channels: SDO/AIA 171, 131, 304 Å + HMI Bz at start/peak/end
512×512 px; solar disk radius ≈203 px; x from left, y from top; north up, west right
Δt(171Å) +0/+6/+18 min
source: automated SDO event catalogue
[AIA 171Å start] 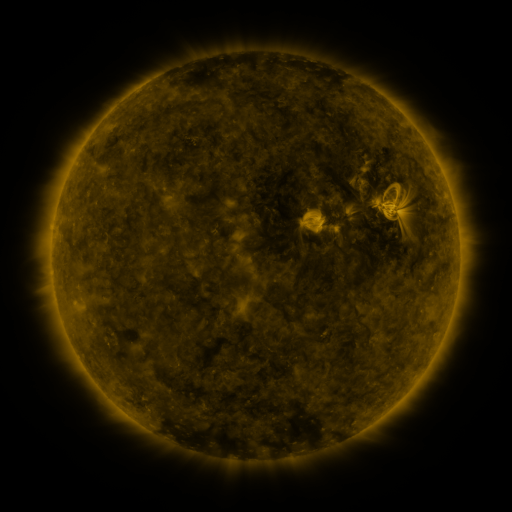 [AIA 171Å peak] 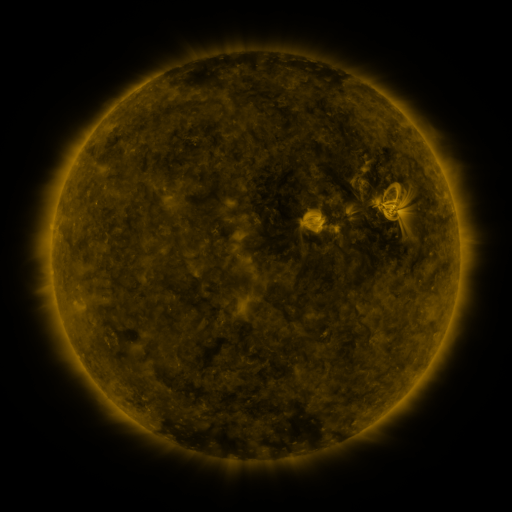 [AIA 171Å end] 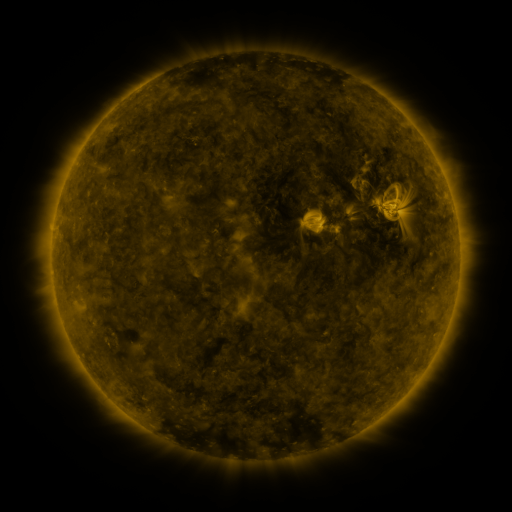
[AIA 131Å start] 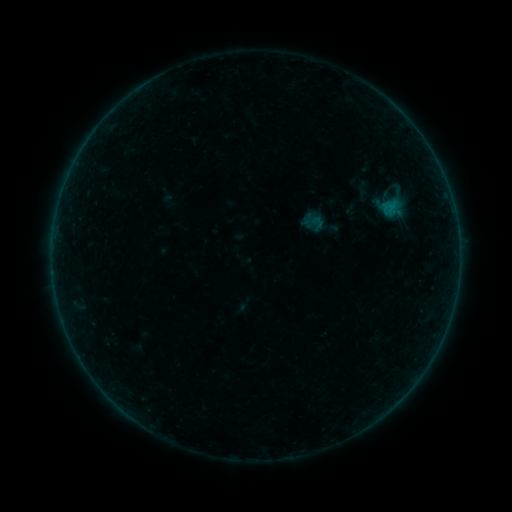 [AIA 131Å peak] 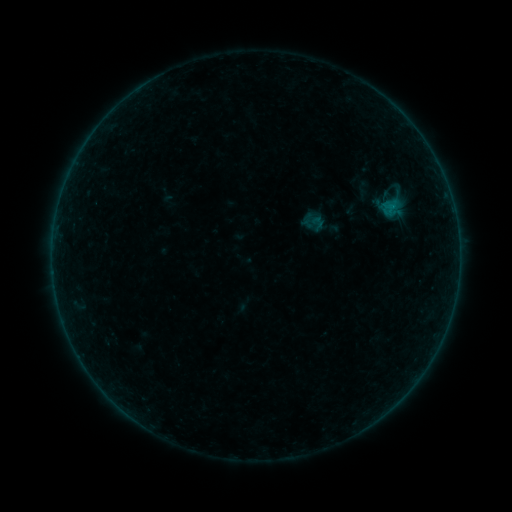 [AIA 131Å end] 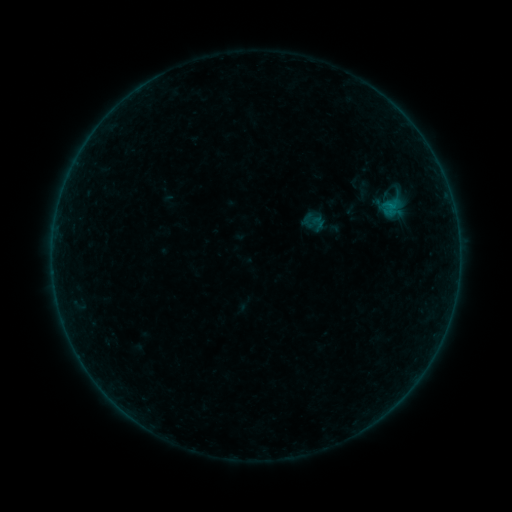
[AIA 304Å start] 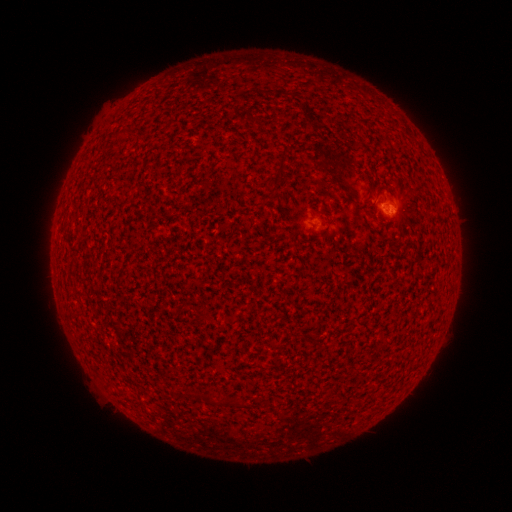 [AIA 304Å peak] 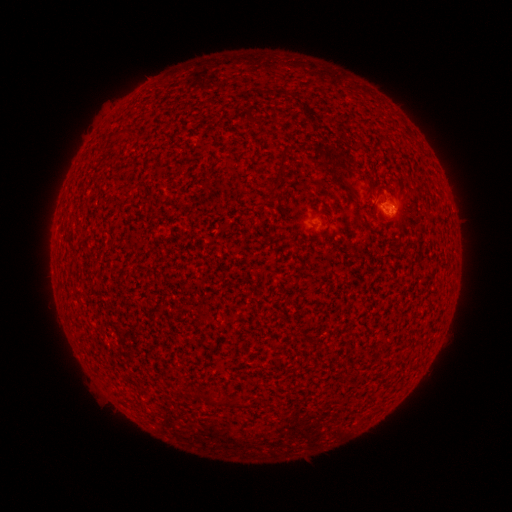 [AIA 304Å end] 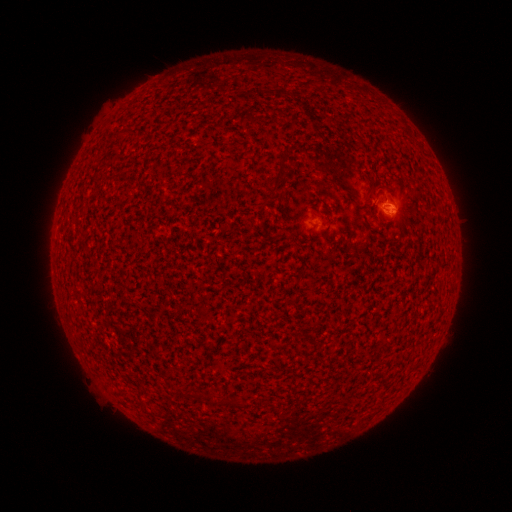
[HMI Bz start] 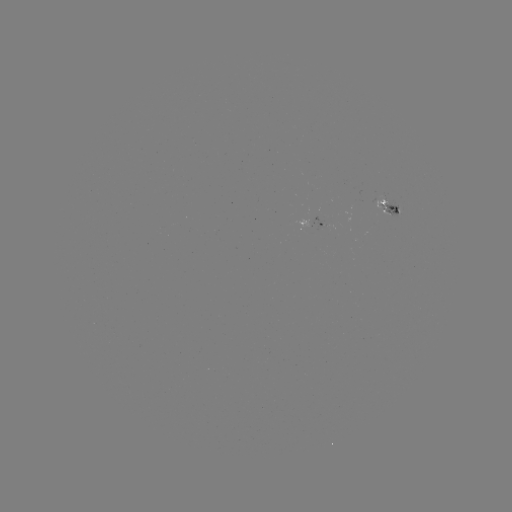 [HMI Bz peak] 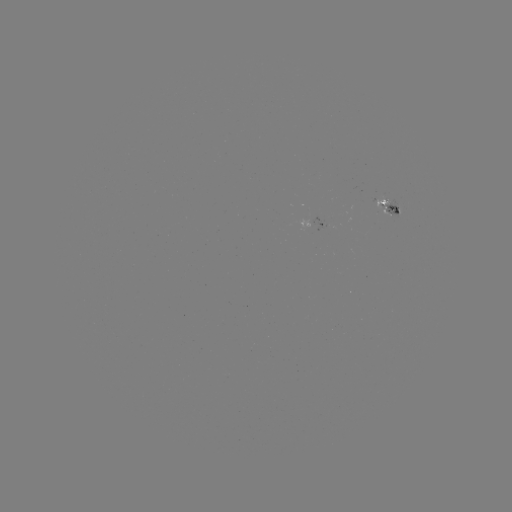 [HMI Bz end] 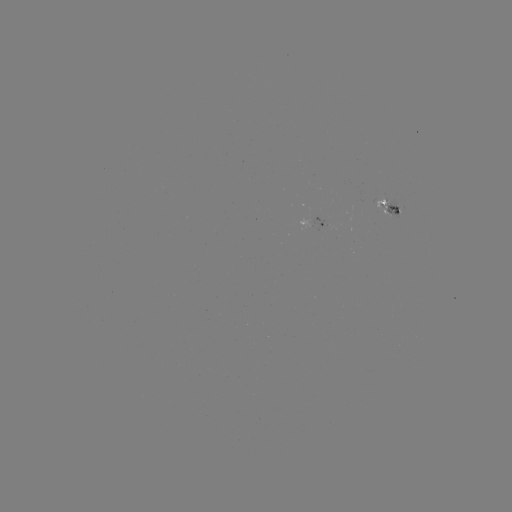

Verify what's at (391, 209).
B1.1 flare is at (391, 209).